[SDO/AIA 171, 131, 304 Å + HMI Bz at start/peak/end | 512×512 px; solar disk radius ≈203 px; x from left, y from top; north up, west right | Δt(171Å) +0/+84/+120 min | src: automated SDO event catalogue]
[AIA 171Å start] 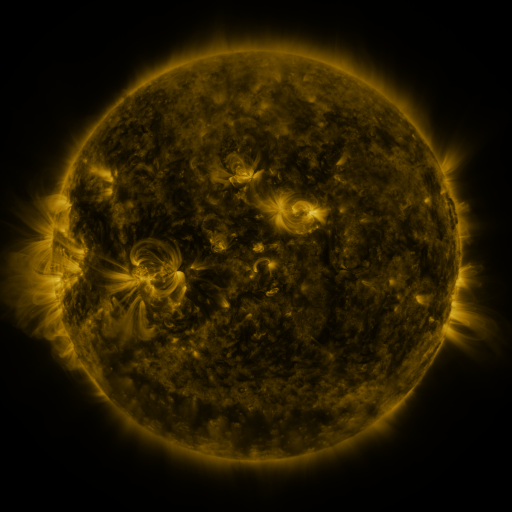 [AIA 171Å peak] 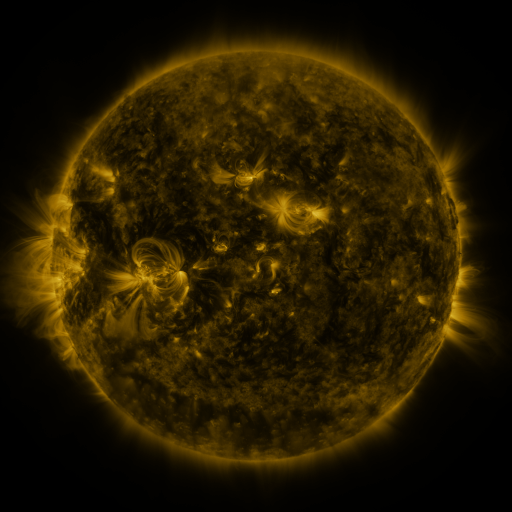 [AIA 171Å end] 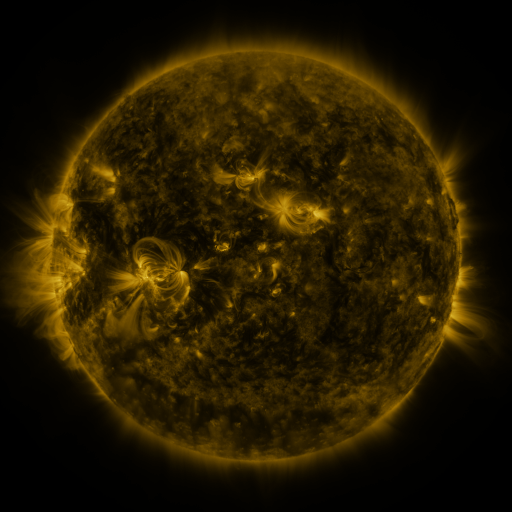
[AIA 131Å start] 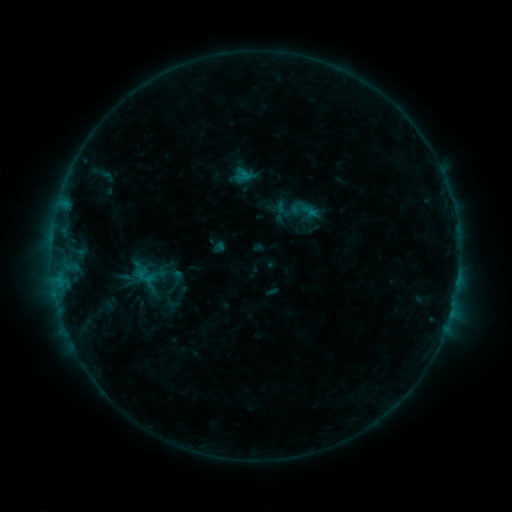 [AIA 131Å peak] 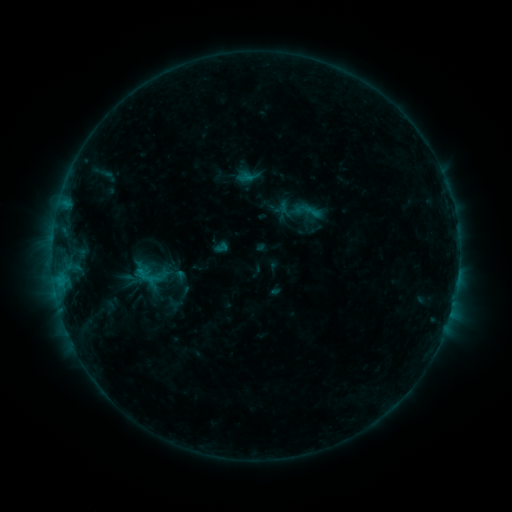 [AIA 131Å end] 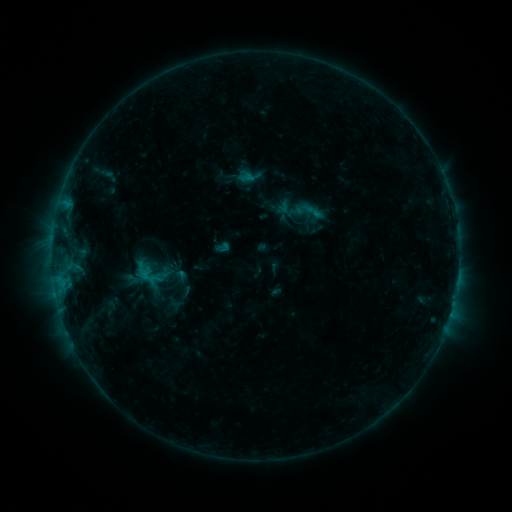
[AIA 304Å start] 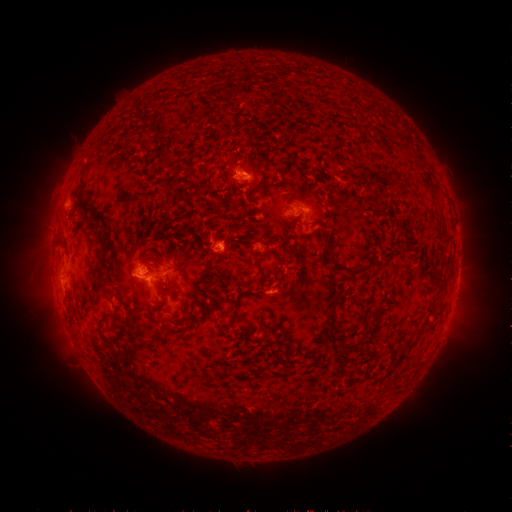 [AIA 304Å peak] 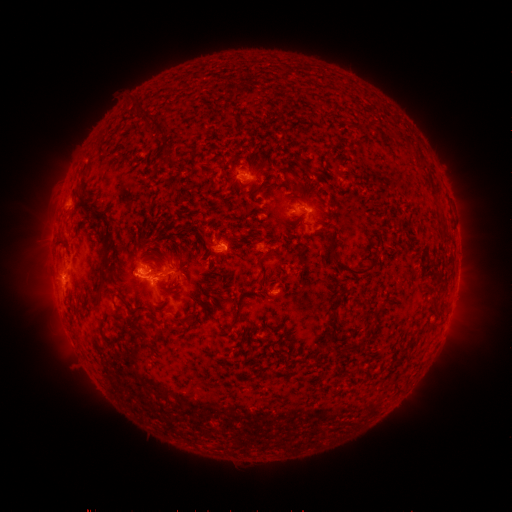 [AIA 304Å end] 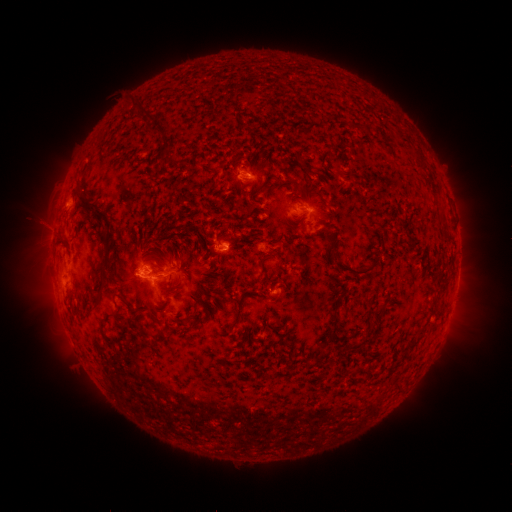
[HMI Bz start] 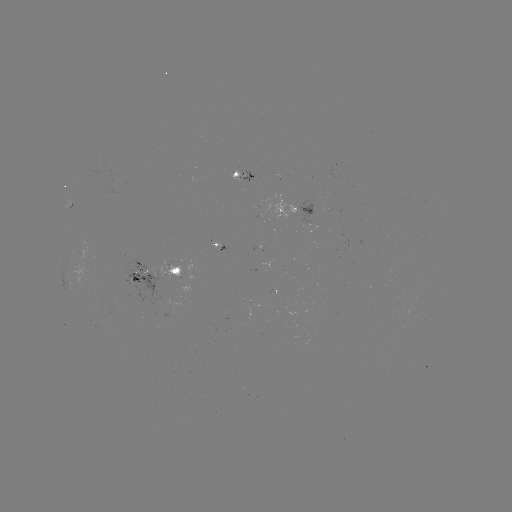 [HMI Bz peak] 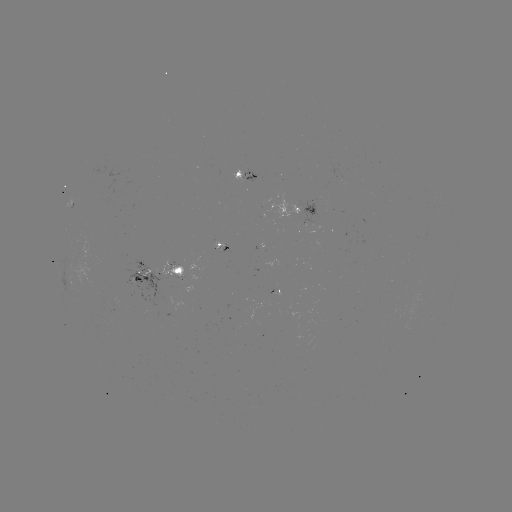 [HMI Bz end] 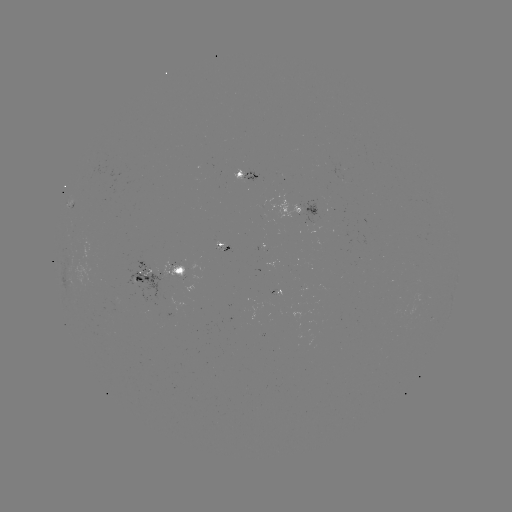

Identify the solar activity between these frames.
emerging-flux region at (292, 208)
